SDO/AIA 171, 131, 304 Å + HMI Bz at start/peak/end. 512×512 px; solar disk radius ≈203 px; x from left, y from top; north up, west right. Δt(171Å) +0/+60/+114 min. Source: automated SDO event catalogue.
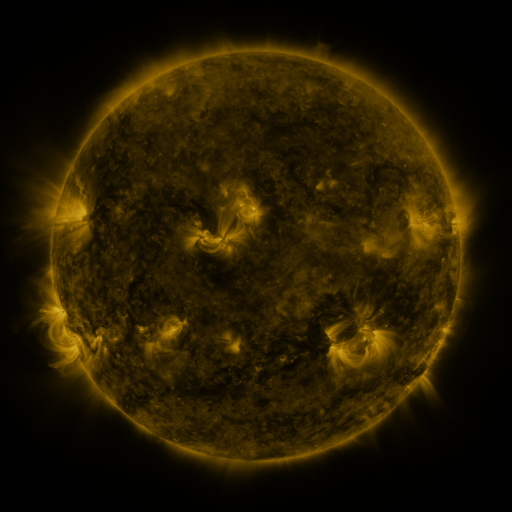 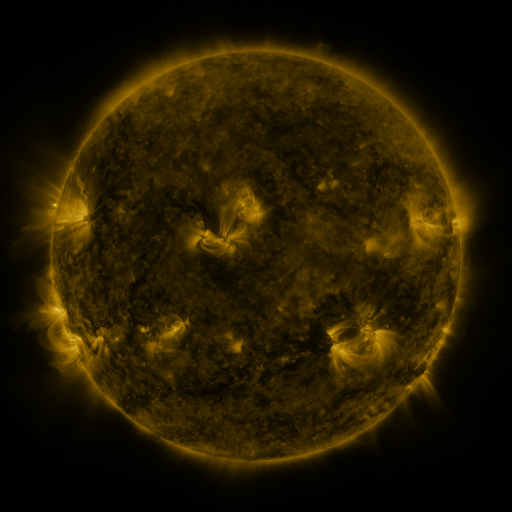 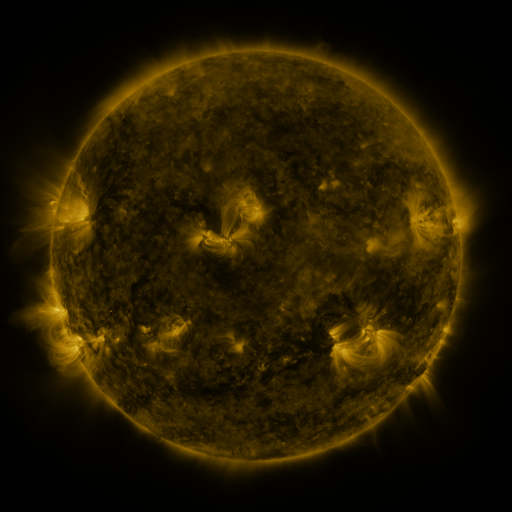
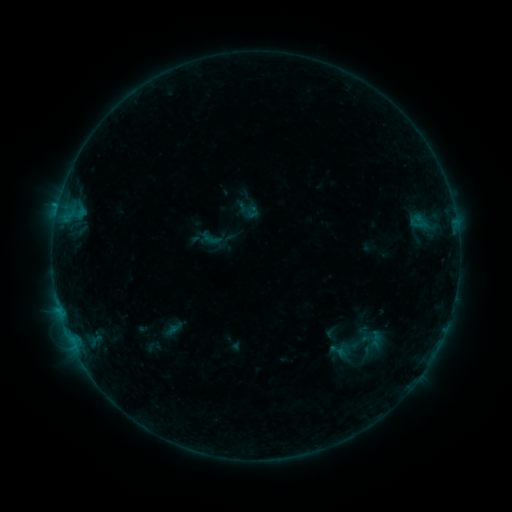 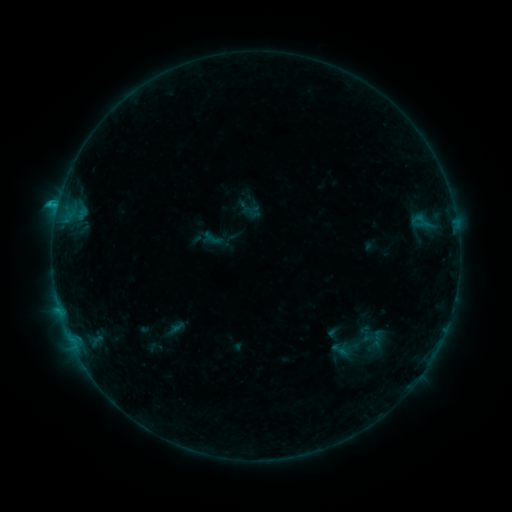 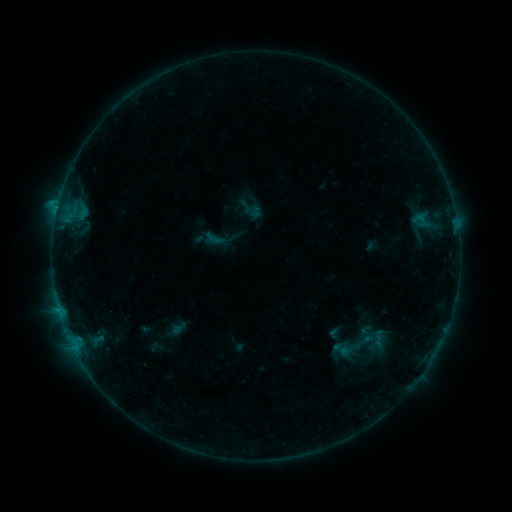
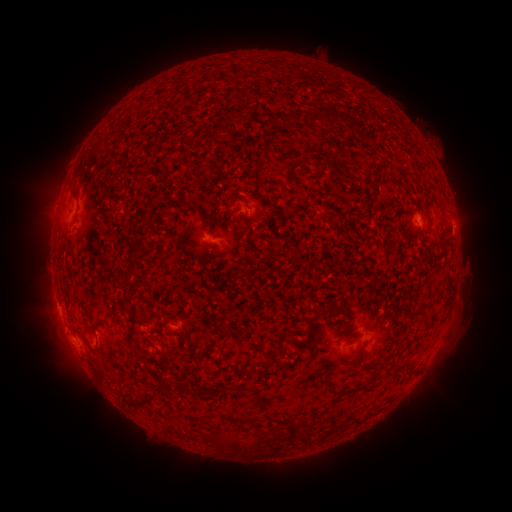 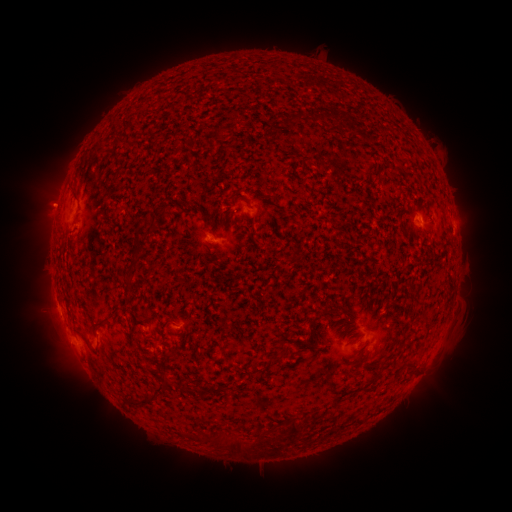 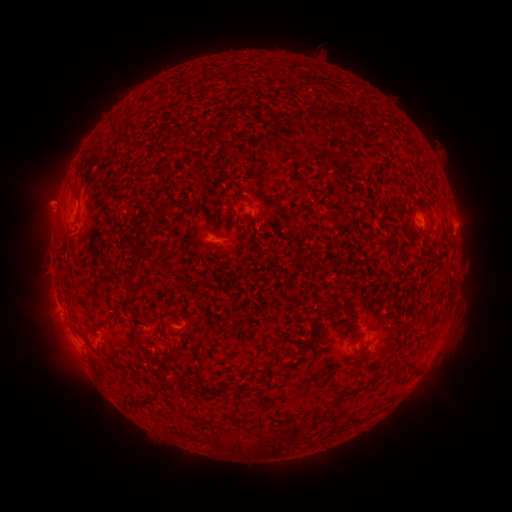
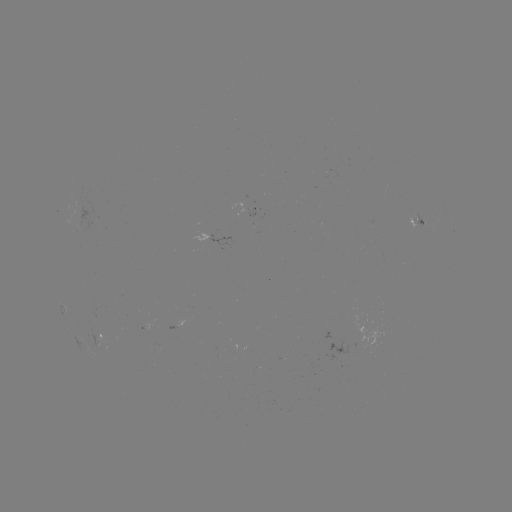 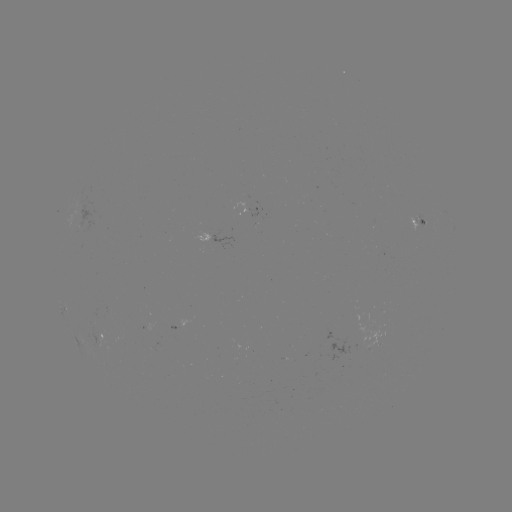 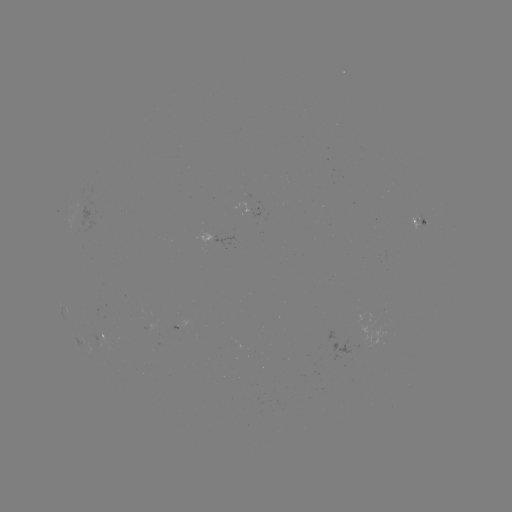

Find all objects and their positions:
B7.1 flare: (58, 207)
